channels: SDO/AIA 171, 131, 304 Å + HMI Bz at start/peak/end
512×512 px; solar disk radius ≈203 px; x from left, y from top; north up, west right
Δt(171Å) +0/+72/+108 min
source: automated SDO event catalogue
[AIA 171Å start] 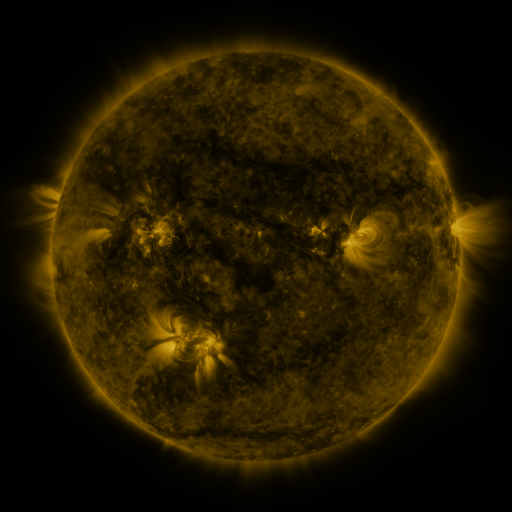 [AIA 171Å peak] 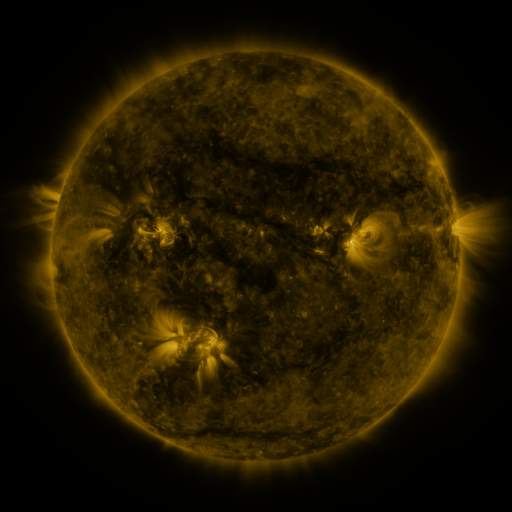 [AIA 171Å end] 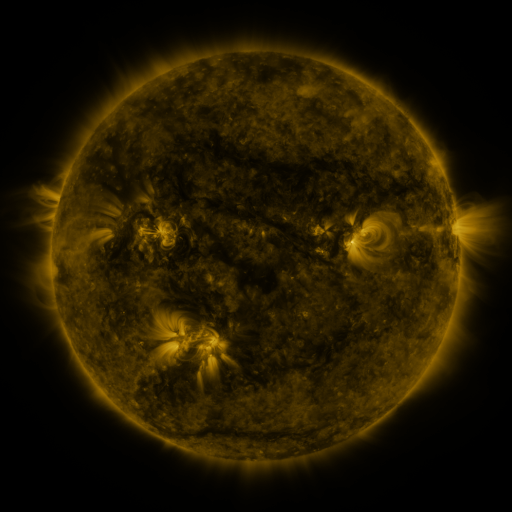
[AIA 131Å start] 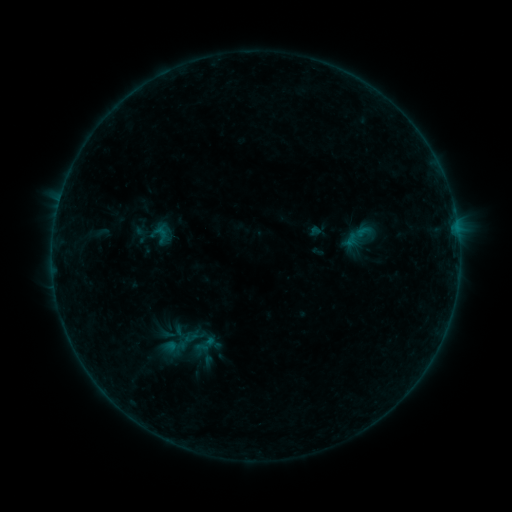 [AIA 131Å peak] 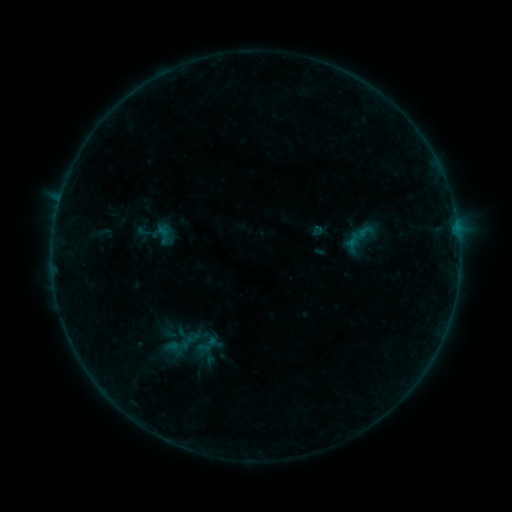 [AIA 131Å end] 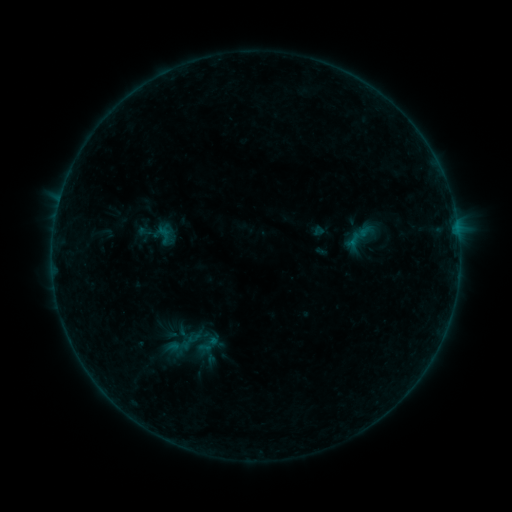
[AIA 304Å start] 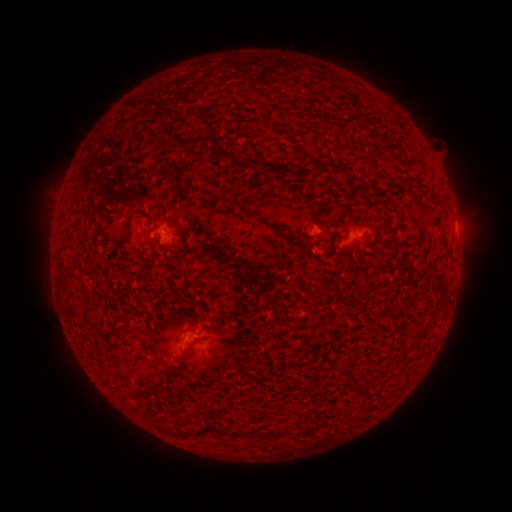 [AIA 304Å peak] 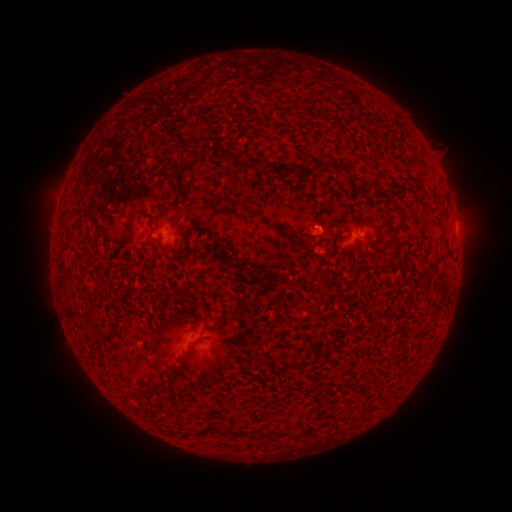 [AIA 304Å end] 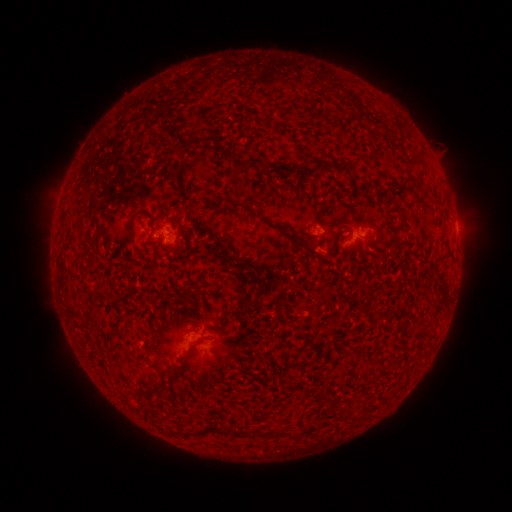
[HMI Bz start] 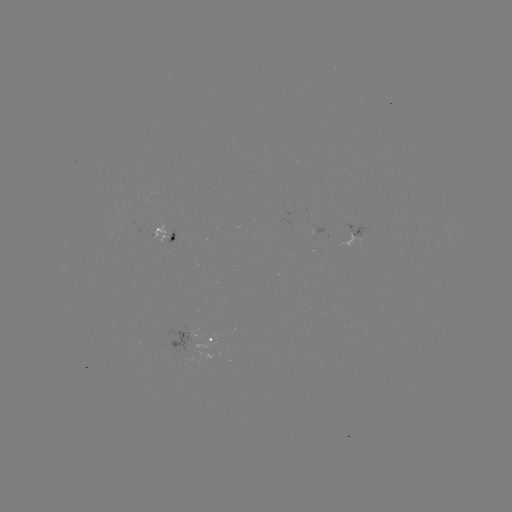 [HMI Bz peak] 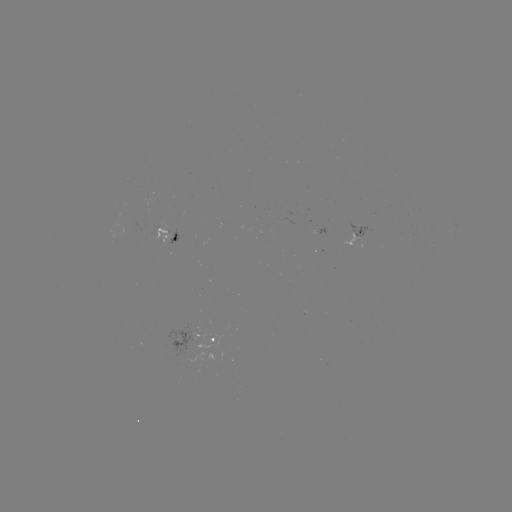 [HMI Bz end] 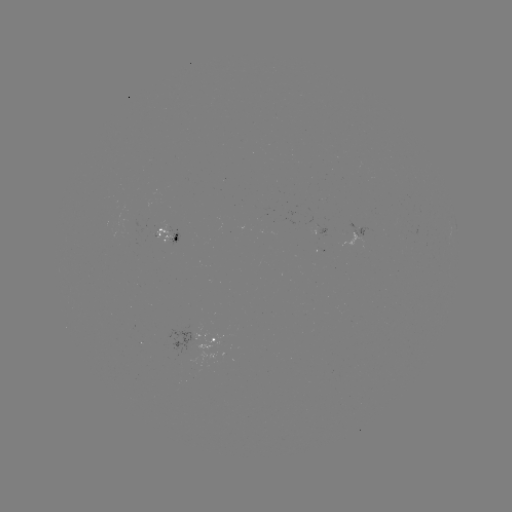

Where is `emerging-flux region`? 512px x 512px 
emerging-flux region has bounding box [338, 233, 363, 250].